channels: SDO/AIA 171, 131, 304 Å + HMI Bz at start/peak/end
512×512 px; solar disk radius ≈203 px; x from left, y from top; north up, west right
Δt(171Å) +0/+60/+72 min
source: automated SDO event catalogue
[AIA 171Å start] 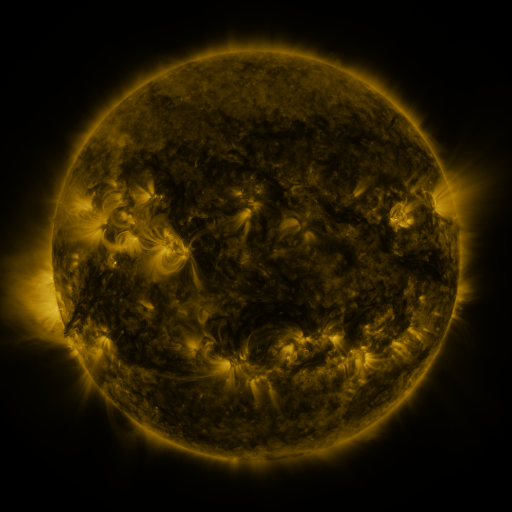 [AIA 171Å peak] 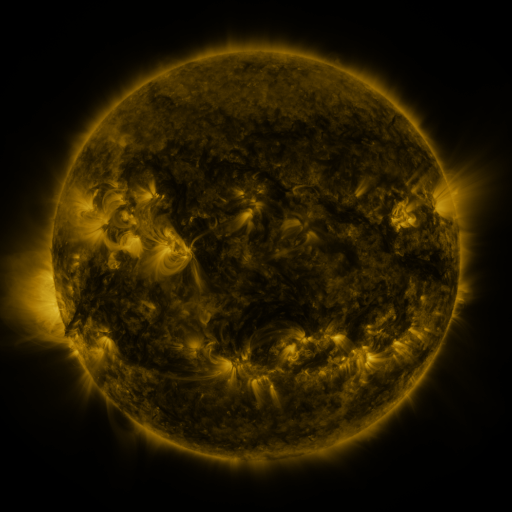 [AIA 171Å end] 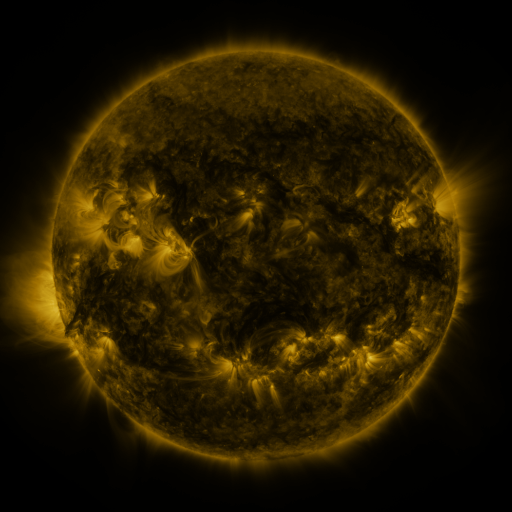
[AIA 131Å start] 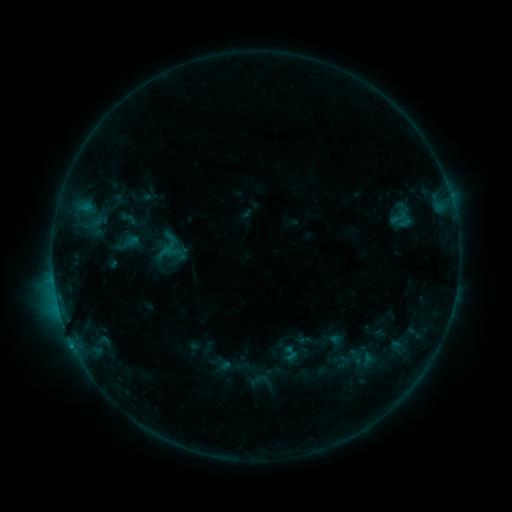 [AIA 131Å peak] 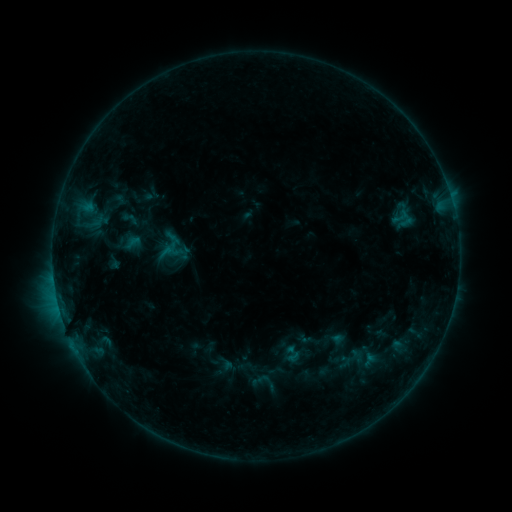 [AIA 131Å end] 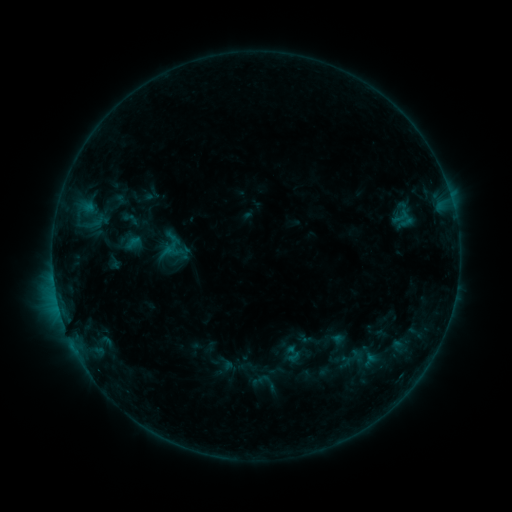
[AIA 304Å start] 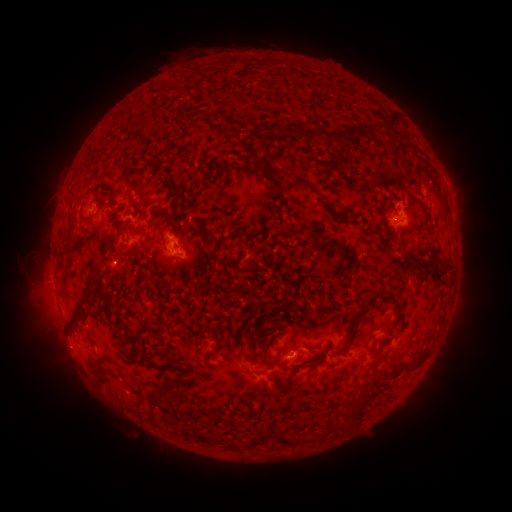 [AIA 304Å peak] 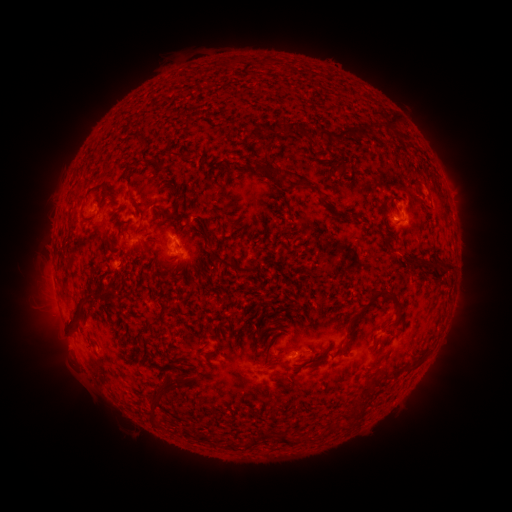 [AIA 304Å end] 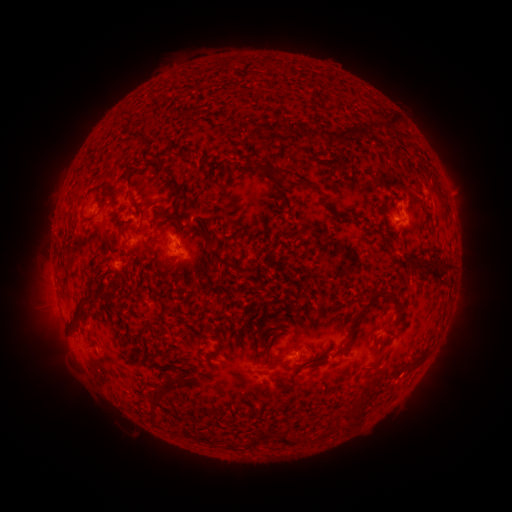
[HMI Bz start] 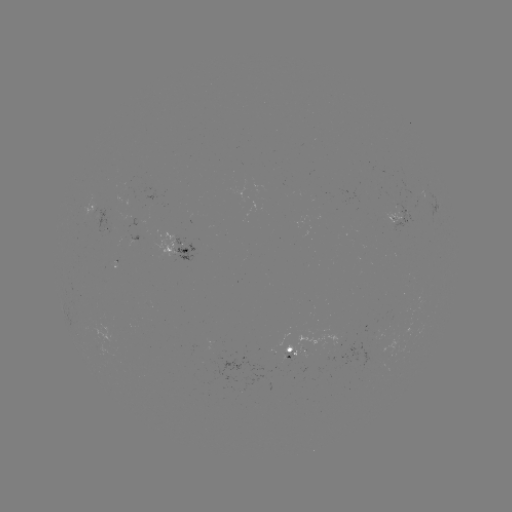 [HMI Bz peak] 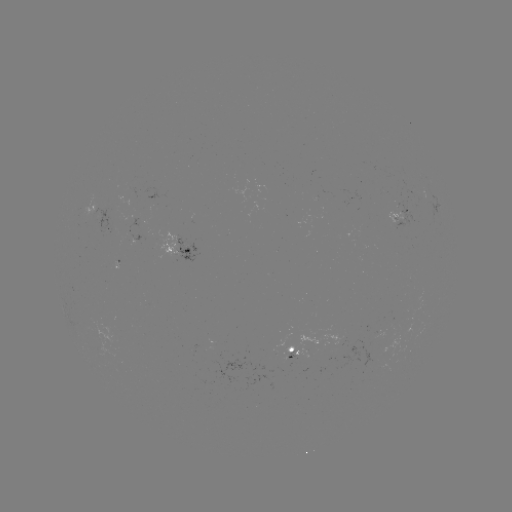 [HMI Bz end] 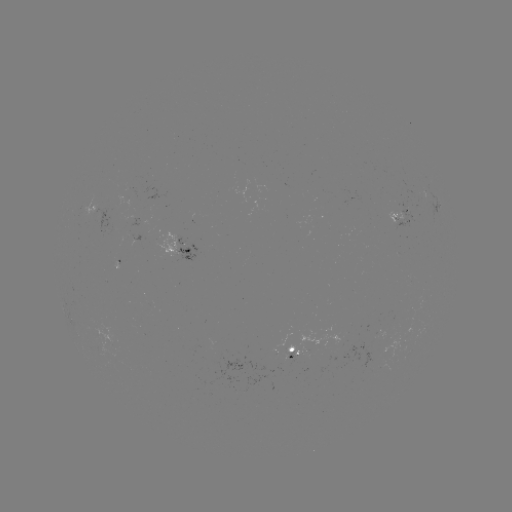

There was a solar emerging-flux region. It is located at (93, 214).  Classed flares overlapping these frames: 1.